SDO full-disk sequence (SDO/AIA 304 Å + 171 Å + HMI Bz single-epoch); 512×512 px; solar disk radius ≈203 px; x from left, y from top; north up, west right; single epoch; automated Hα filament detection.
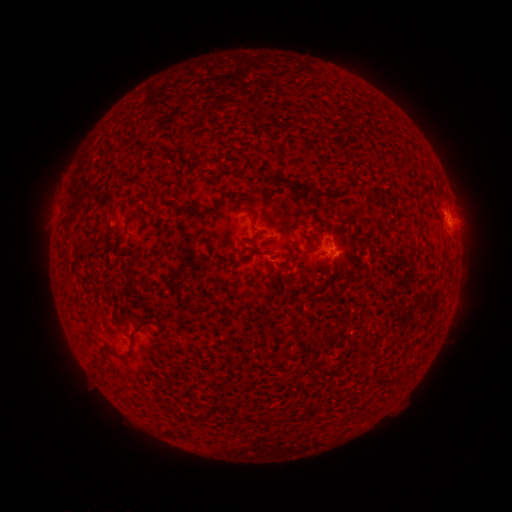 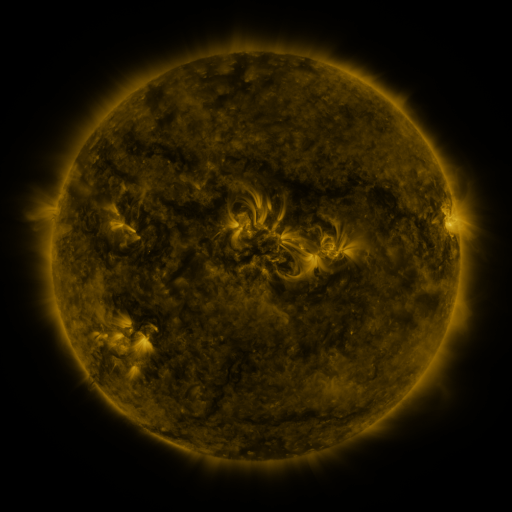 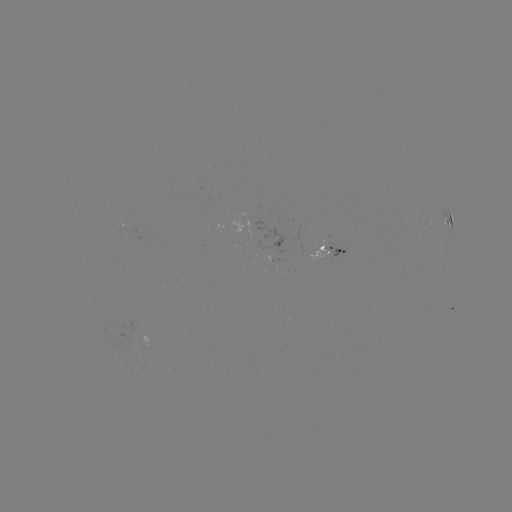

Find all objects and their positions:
filament: <bbox>175, 205, 211, 218</bbox>
filament: <bbox>101, 332, 133, 359</bbox>
